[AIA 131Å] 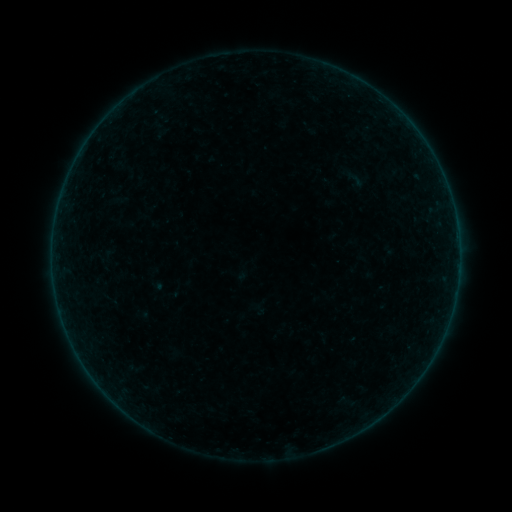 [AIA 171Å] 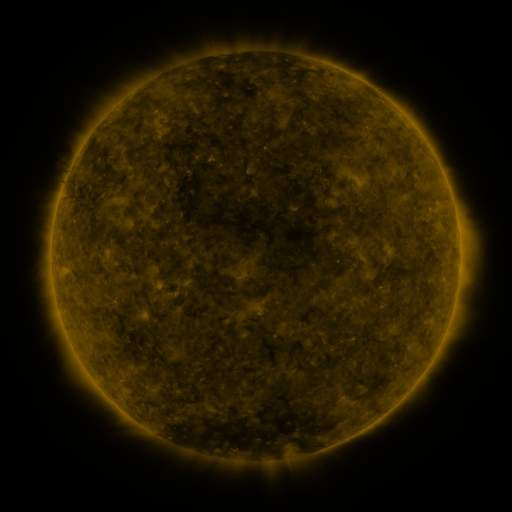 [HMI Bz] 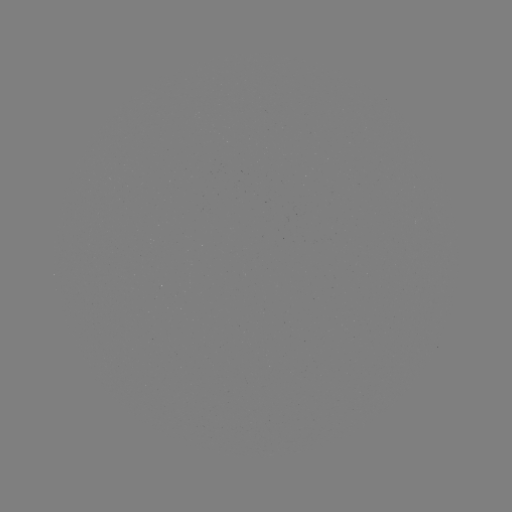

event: sigmoid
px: (356, 179)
